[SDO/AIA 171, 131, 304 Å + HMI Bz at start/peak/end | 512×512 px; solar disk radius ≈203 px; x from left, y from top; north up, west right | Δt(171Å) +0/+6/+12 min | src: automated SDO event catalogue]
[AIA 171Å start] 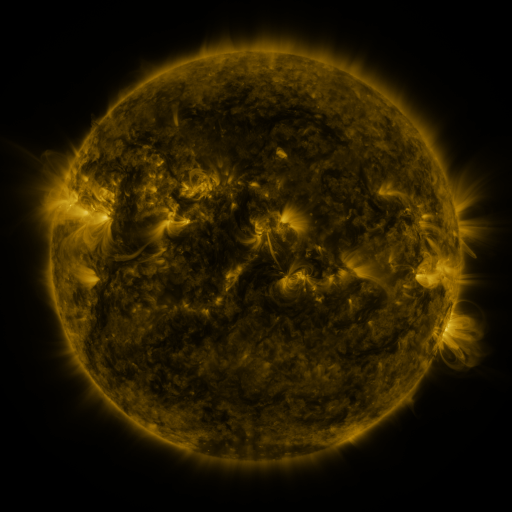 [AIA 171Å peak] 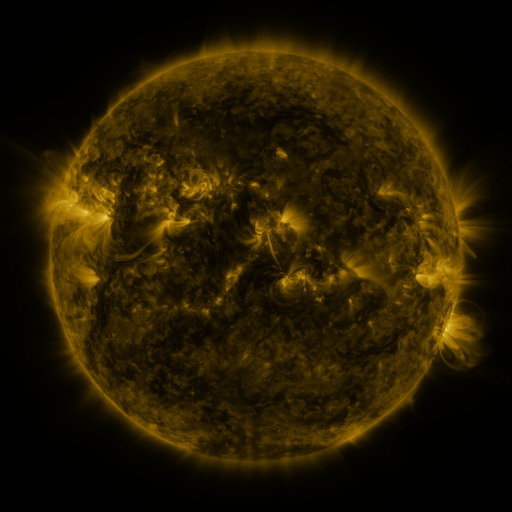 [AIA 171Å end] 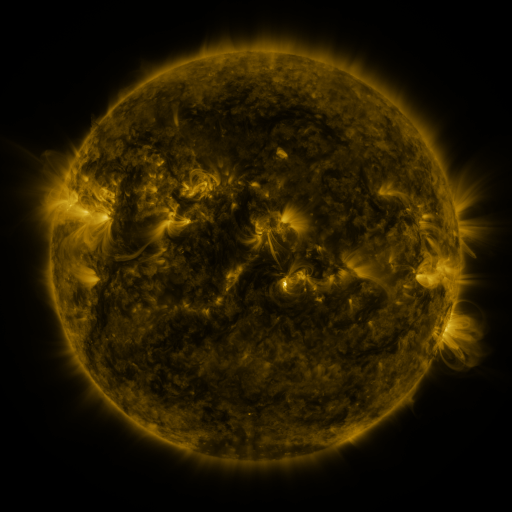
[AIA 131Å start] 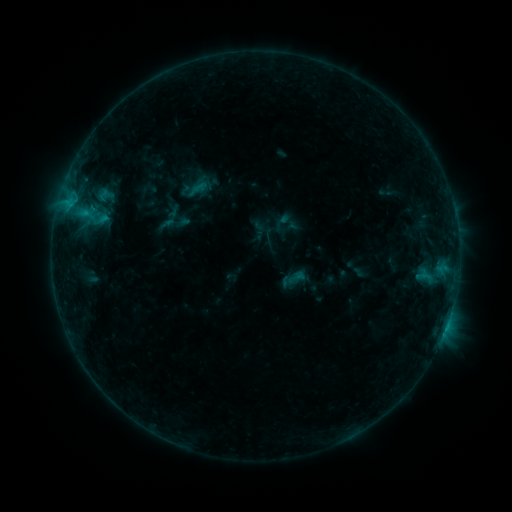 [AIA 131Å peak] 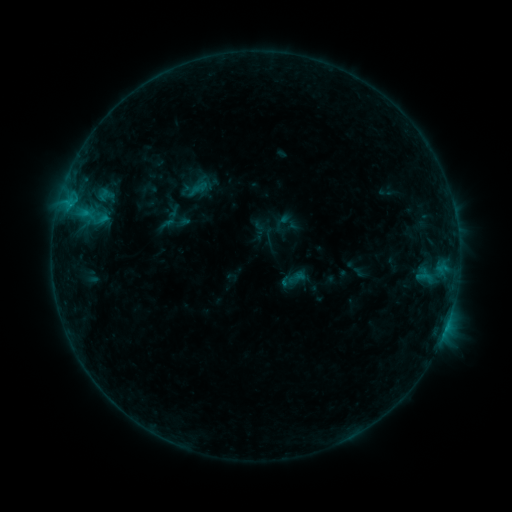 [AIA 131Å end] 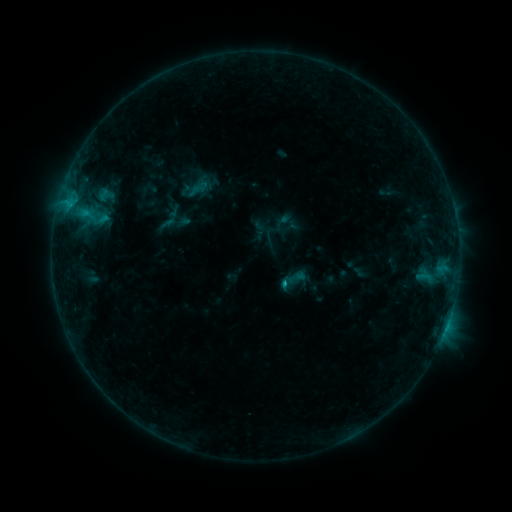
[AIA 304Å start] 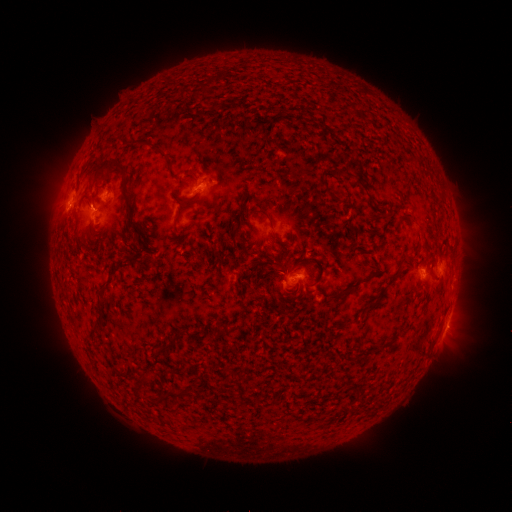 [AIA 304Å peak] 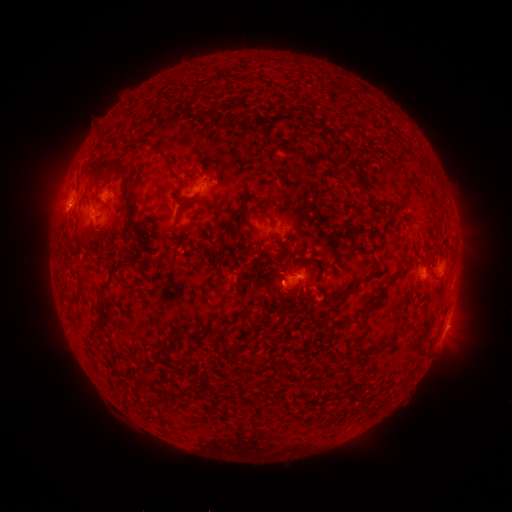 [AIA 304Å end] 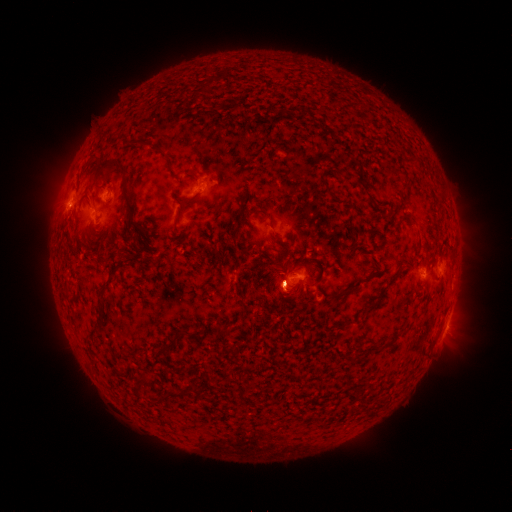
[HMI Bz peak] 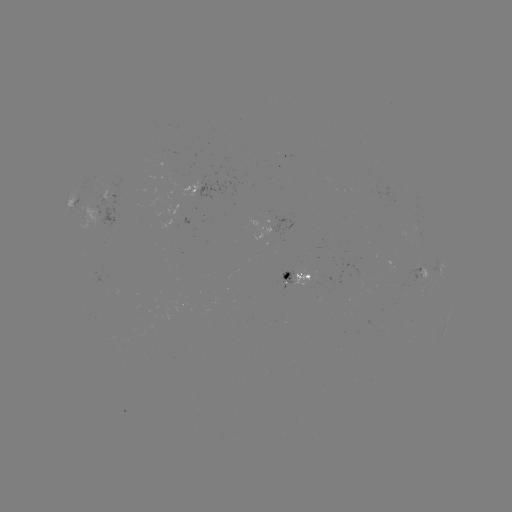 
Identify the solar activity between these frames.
B6.6 flare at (283, 279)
